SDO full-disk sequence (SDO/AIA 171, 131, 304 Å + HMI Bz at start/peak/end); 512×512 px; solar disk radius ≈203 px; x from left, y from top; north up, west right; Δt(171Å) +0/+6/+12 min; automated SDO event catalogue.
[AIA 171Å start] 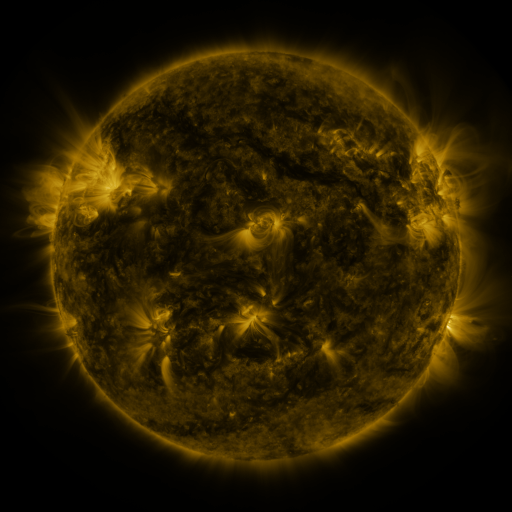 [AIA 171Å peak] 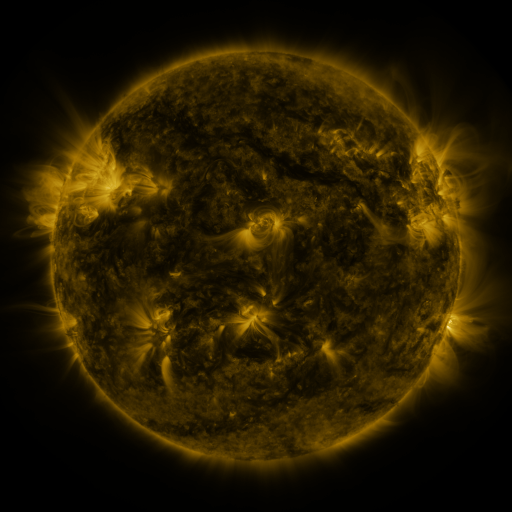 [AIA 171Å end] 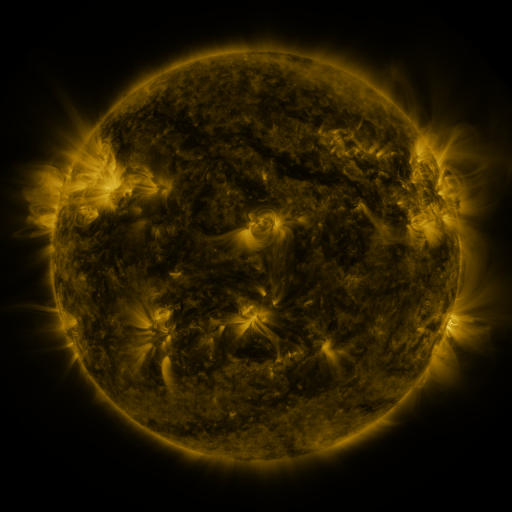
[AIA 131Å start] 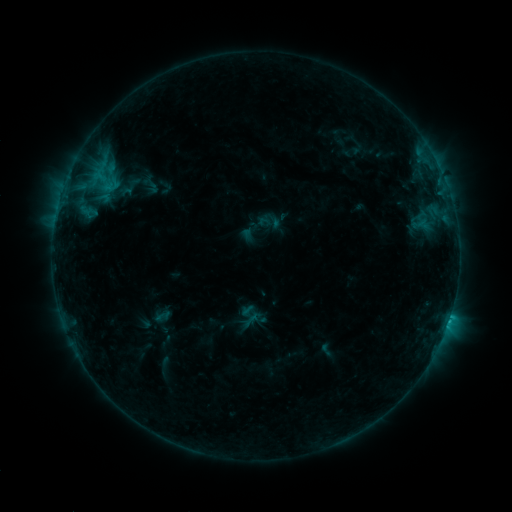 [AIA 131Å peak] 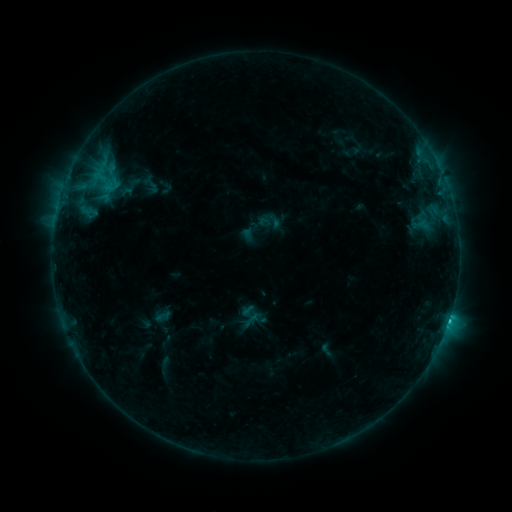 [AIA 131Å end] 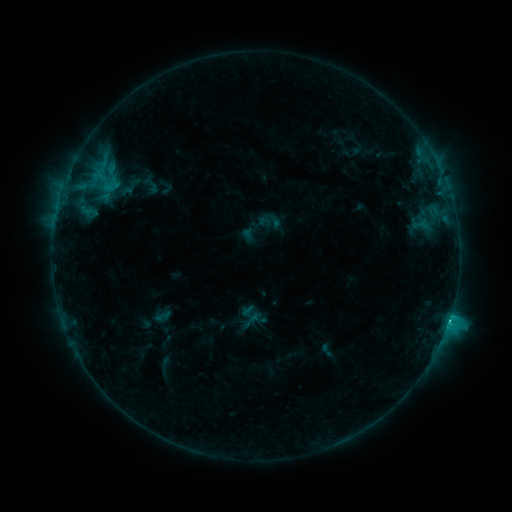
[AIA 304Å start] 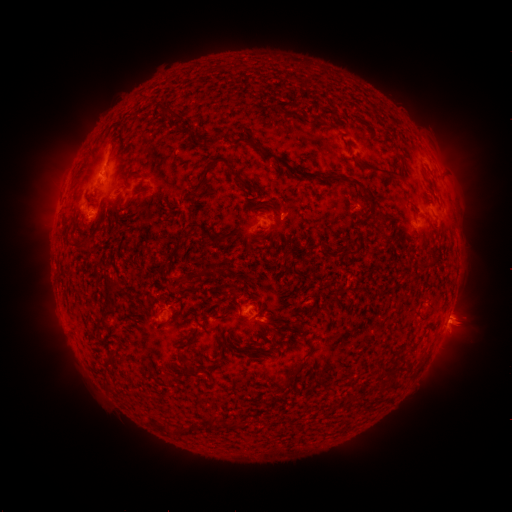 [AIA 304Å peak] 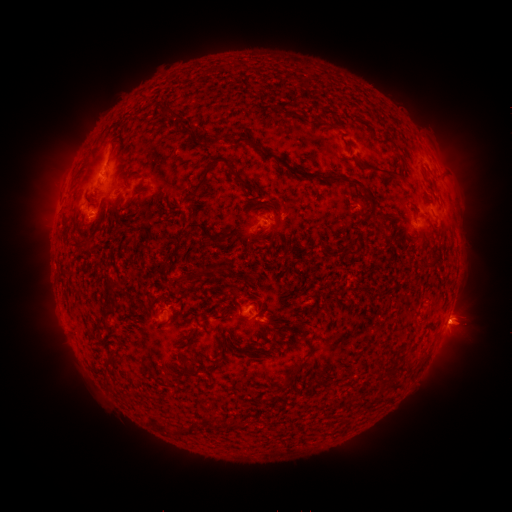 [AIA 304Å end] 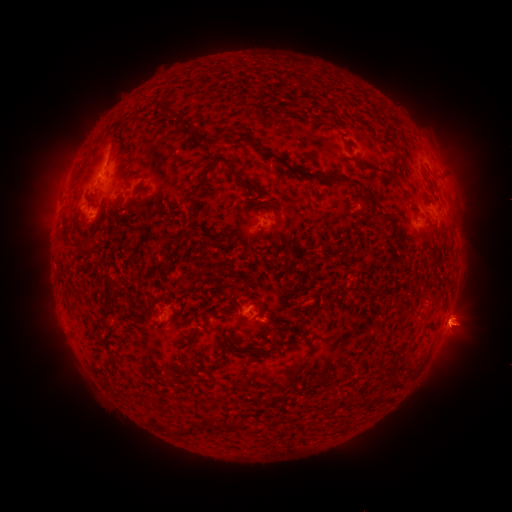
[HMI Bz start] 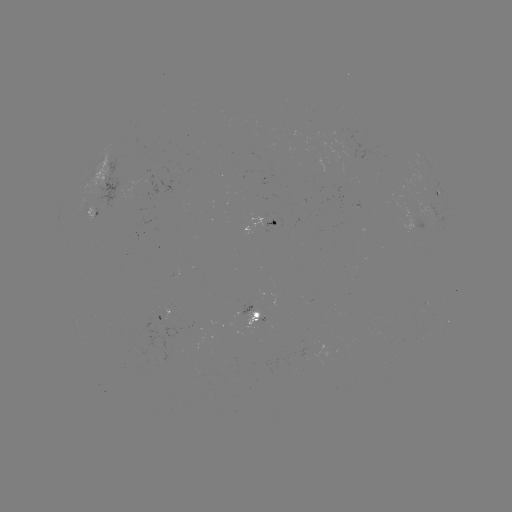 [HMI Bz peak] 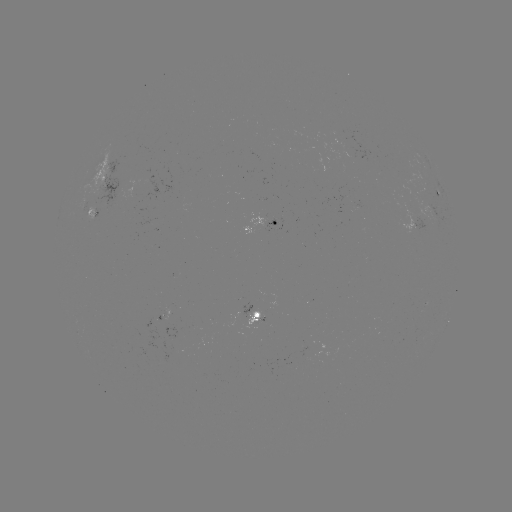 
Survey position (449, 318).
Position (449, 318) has C3.3 flare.